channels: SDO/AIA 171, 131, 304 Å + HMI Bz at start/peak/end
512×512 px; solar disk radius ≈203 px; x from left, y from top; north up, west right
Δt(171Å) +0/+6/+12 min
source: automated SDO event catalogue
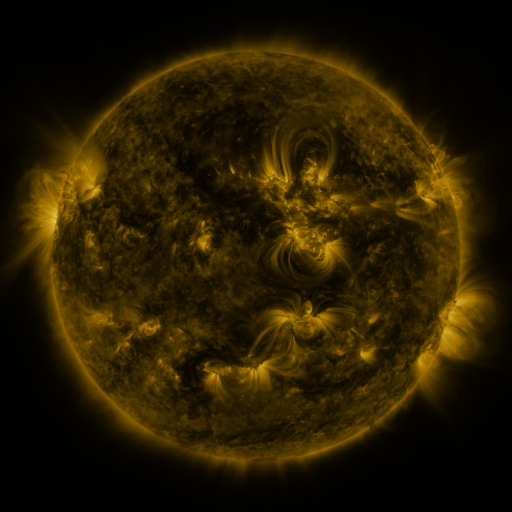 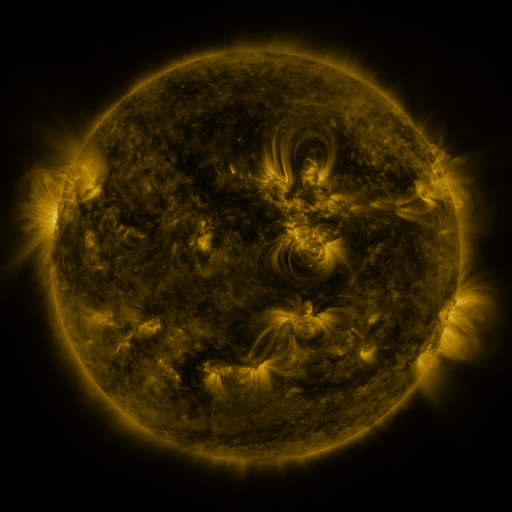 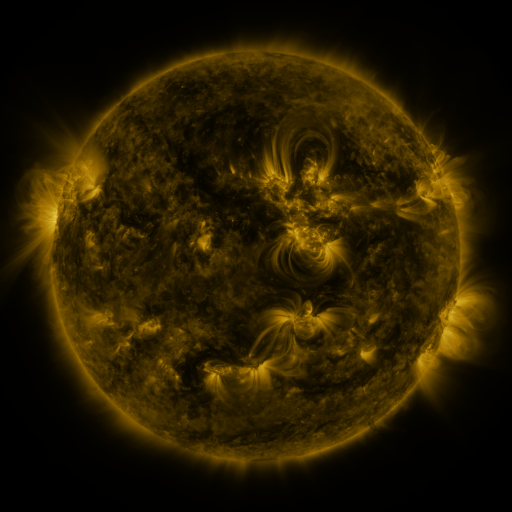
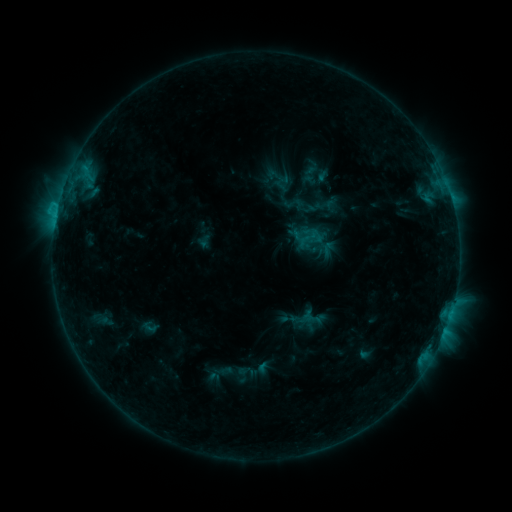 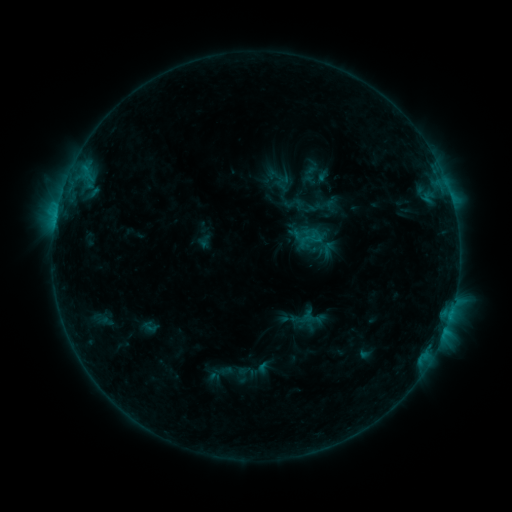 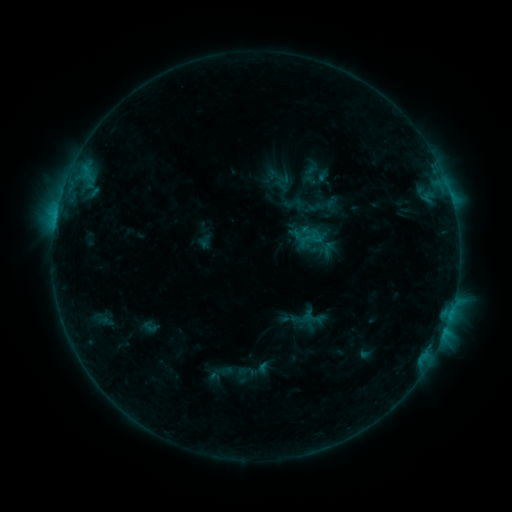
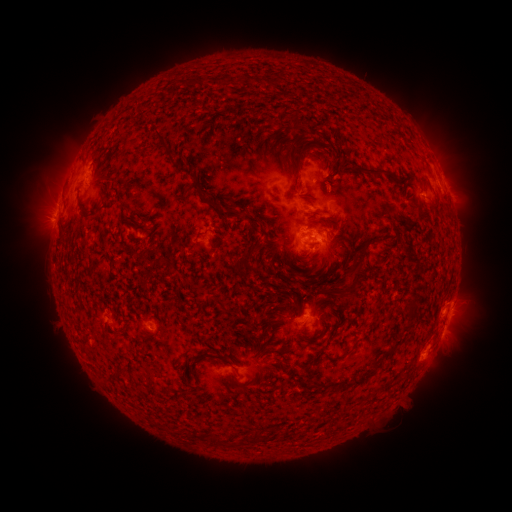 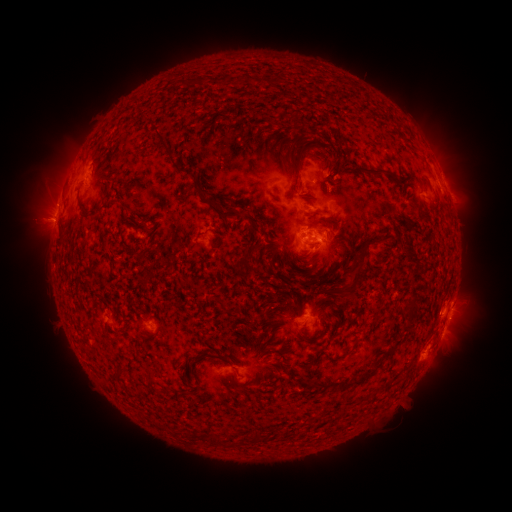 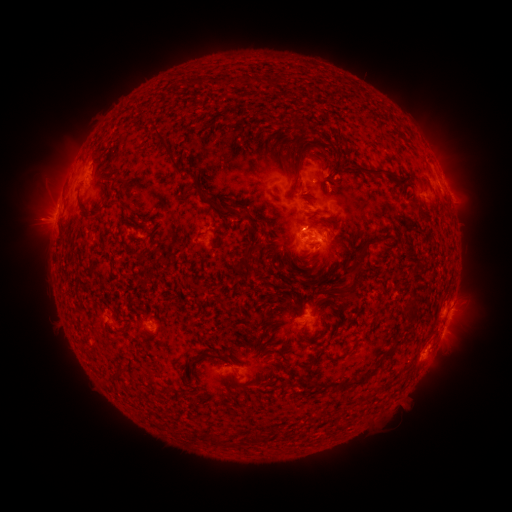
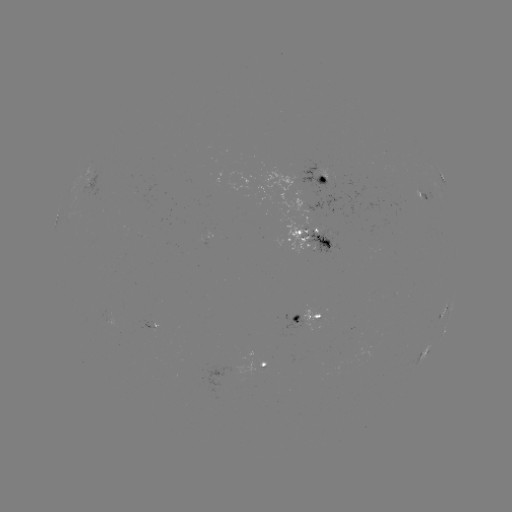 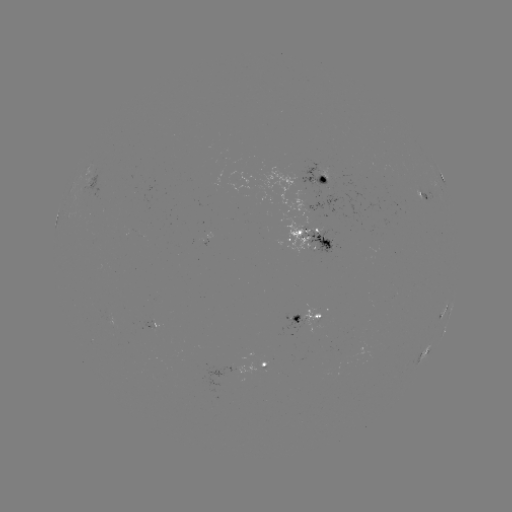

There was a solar flare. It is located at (55, 224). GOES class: C2.1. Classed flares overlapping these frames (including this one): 1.